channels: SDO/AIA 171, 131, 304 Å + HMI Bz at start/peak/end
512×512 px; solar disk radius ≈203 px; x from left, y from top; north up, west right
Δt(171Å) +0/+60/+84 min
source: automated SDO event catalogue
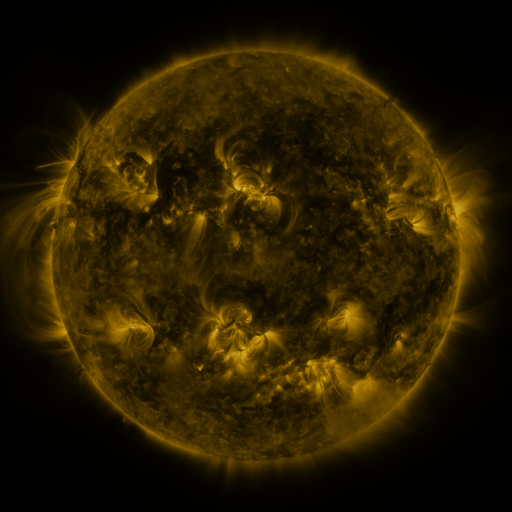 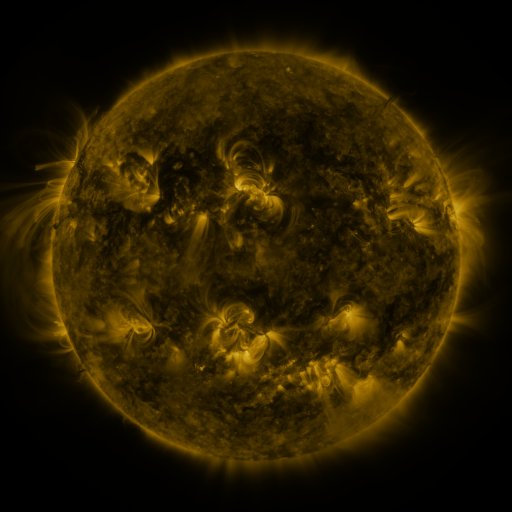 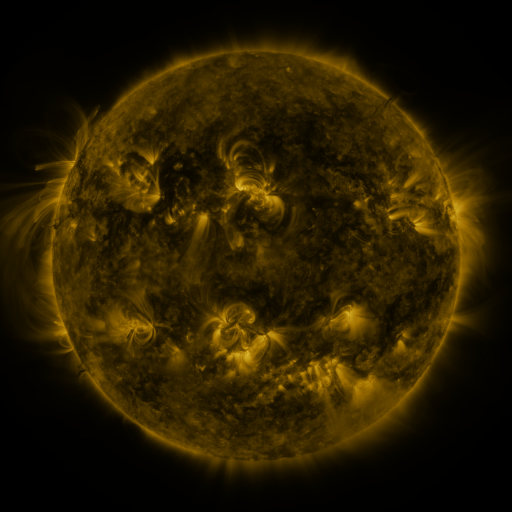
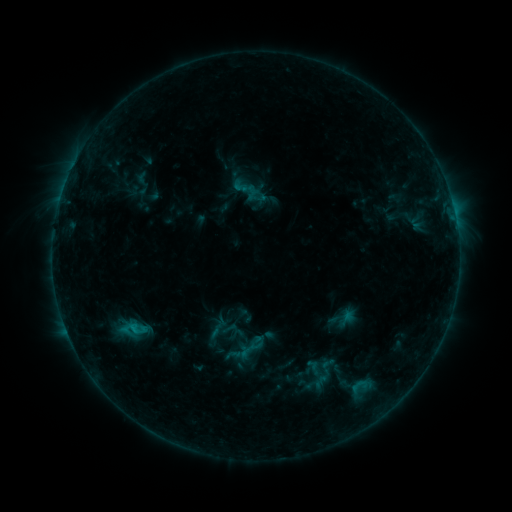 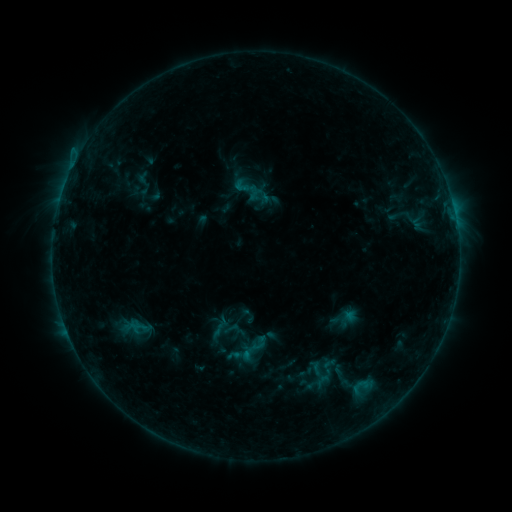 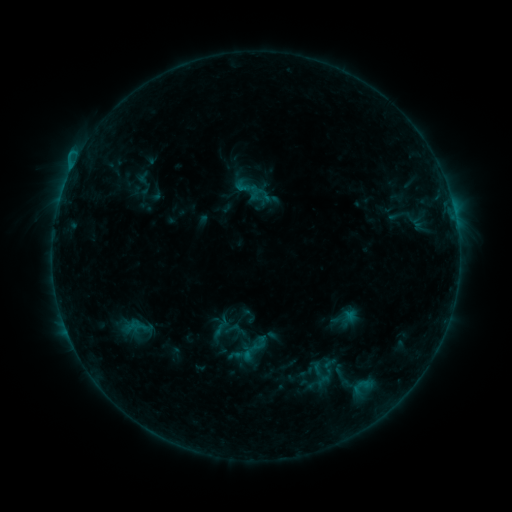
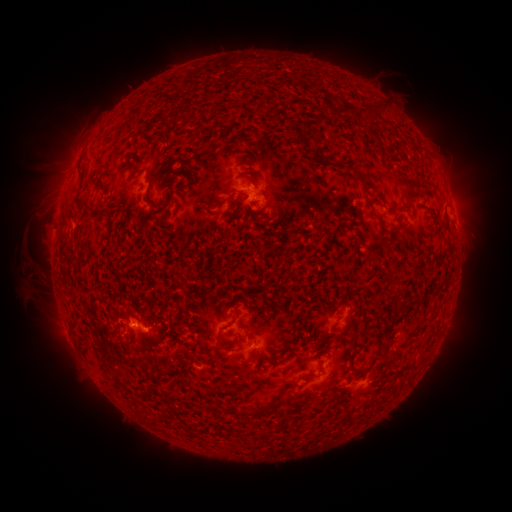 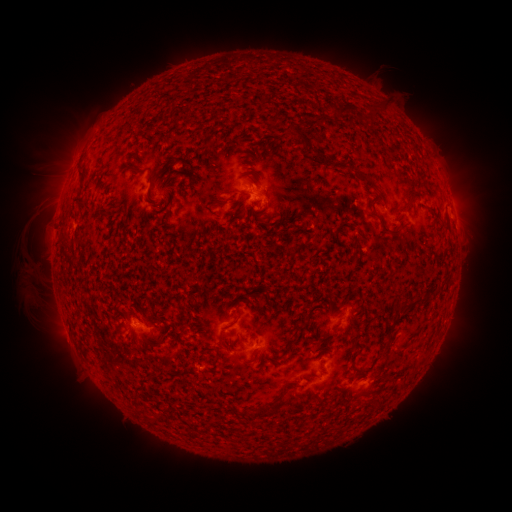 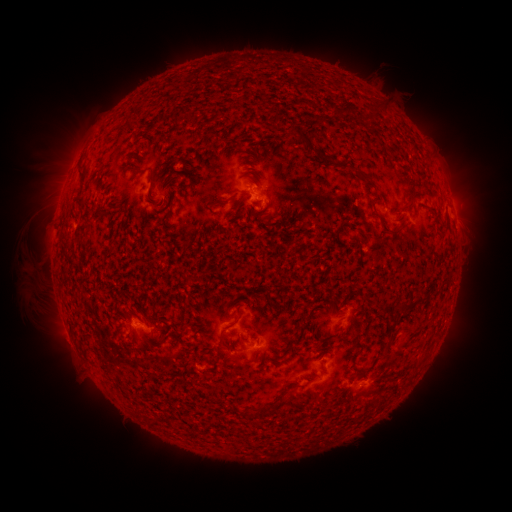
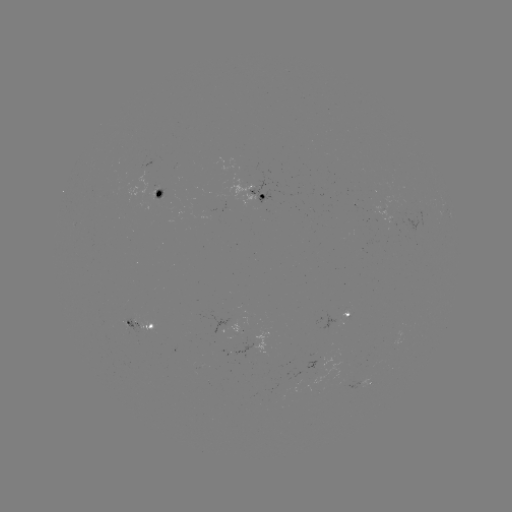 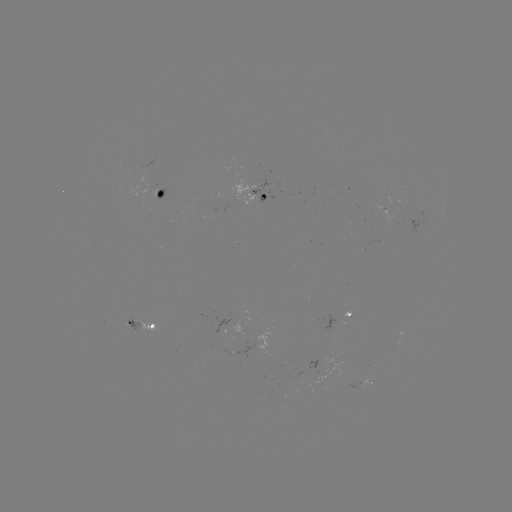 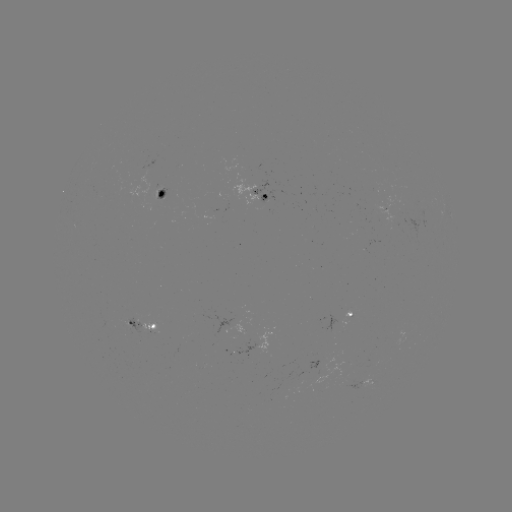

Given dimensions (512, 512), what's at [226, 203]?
emerging-flux region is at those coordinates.